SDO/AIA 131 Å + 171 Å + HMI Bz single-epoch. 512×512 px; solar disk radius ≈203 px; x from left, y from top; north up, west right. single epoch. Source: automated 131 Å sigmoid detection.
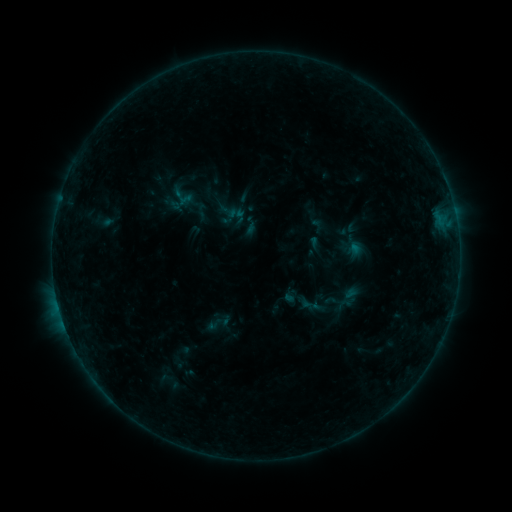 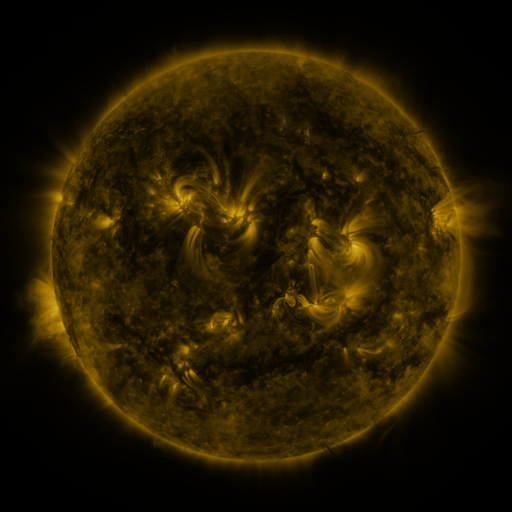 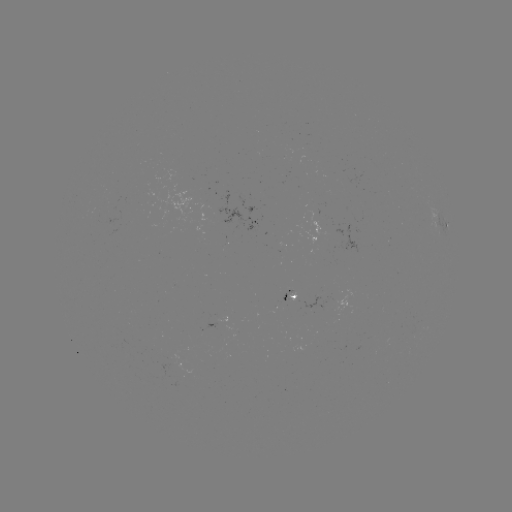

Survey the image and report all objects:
sigmoid: (250, 225)
sigmoid: (214, 324)
